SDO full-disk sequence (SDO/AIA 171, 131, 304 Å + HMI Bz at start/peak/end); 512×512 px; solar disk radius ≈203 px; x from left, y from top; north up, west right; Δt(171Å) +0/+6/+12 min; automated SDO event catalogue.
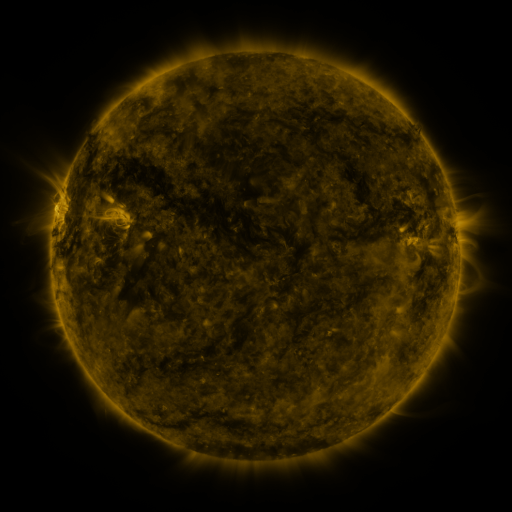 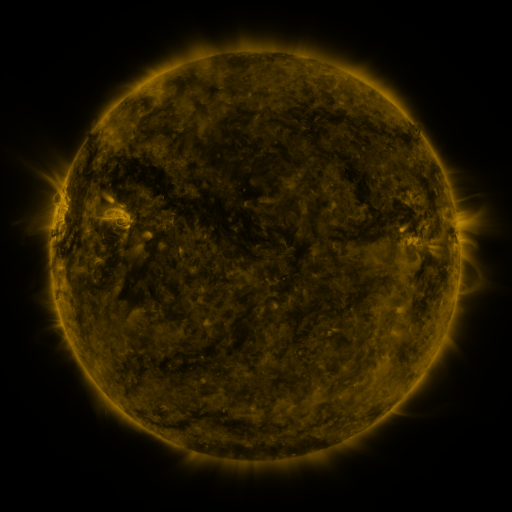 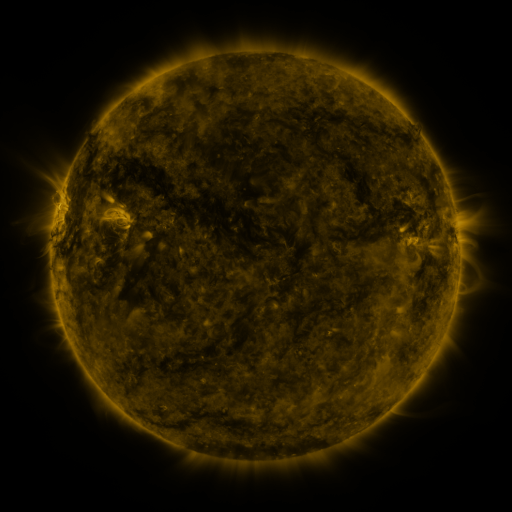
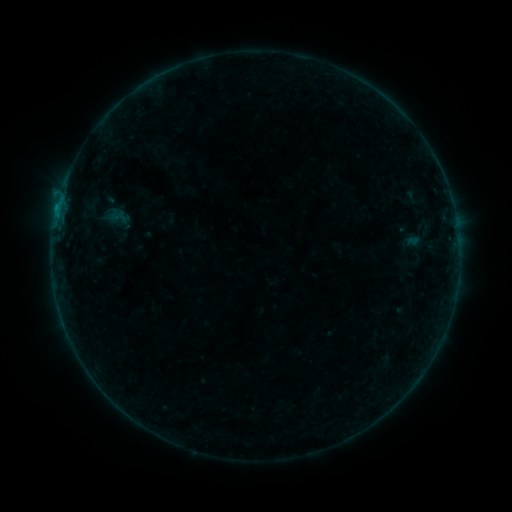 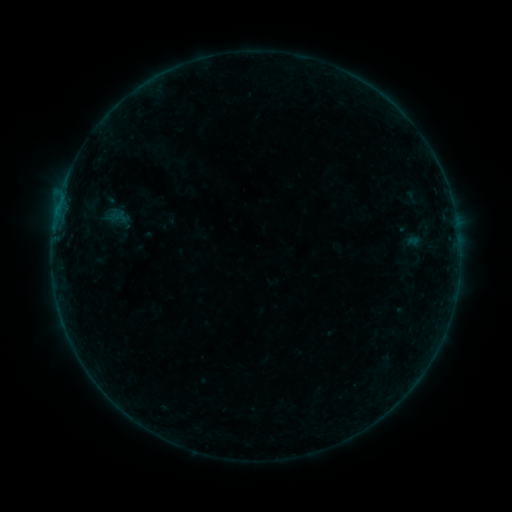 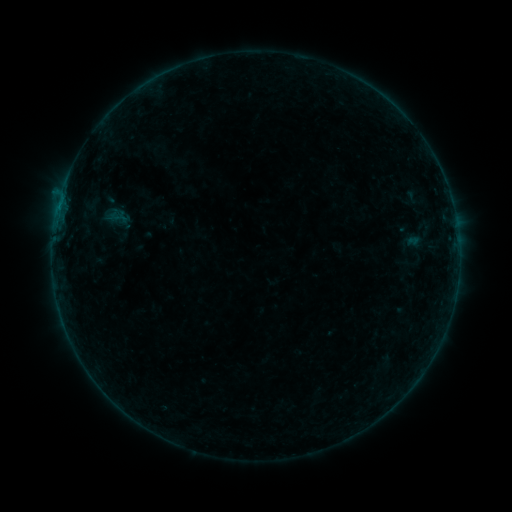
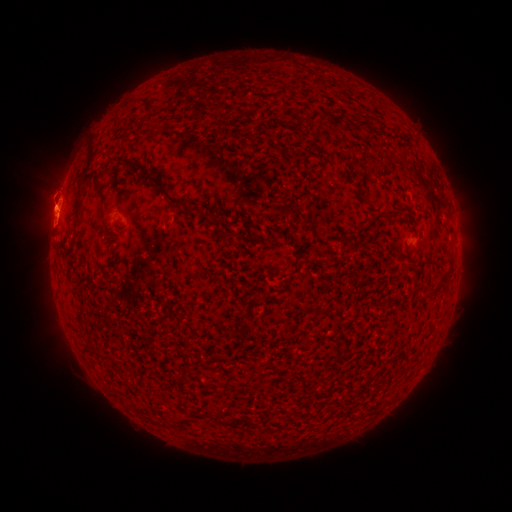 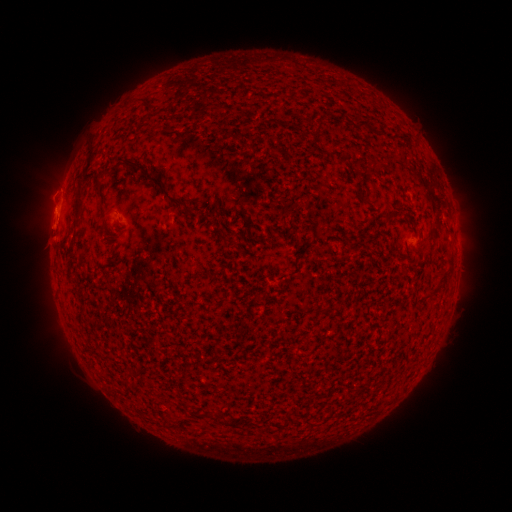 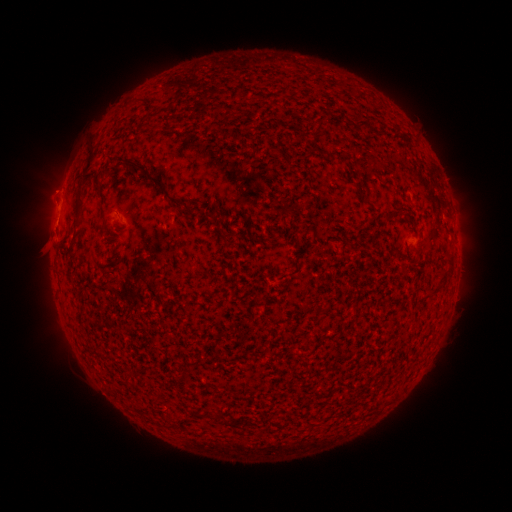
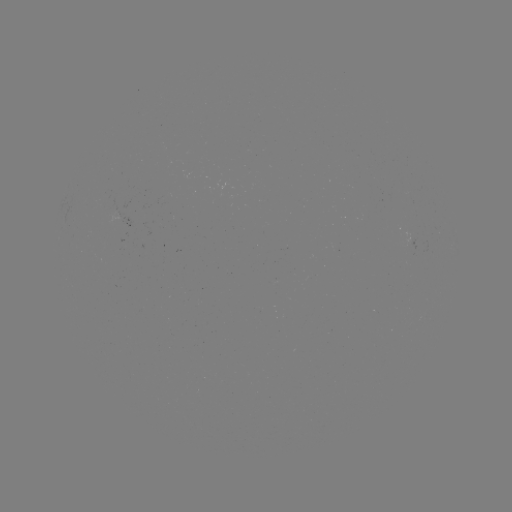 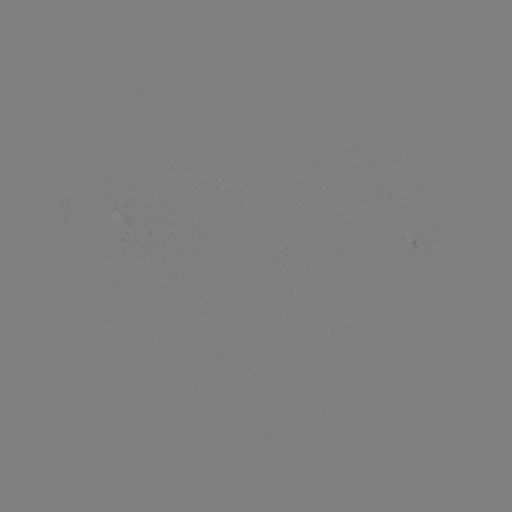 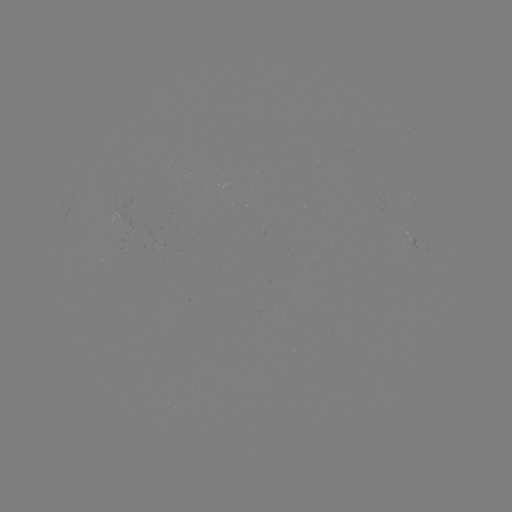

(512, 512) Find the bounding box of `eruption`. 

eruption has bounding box [25, 193, 81, 248].